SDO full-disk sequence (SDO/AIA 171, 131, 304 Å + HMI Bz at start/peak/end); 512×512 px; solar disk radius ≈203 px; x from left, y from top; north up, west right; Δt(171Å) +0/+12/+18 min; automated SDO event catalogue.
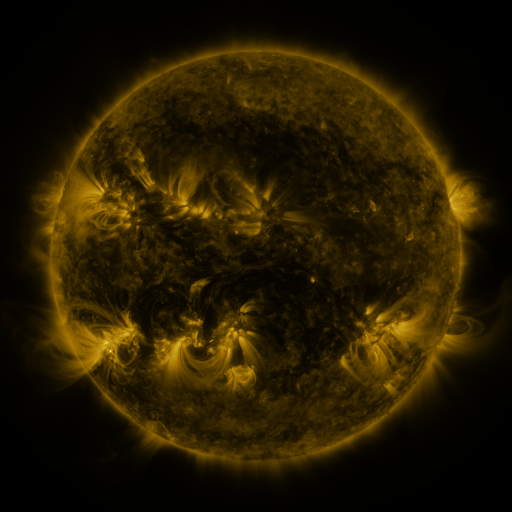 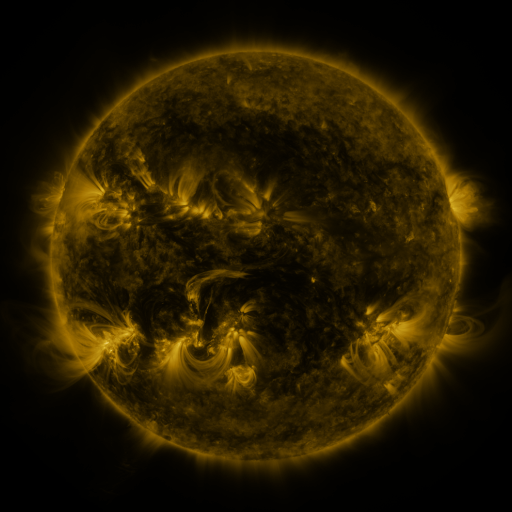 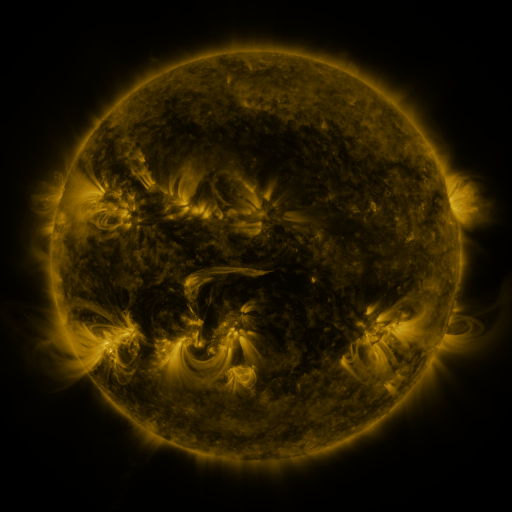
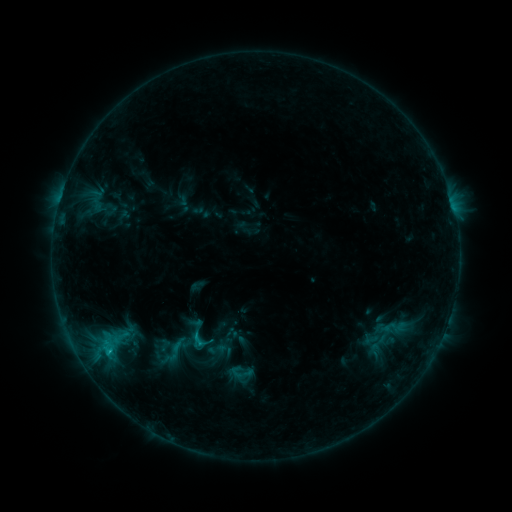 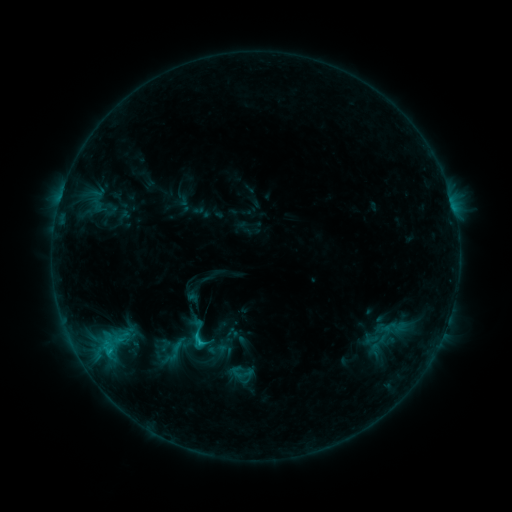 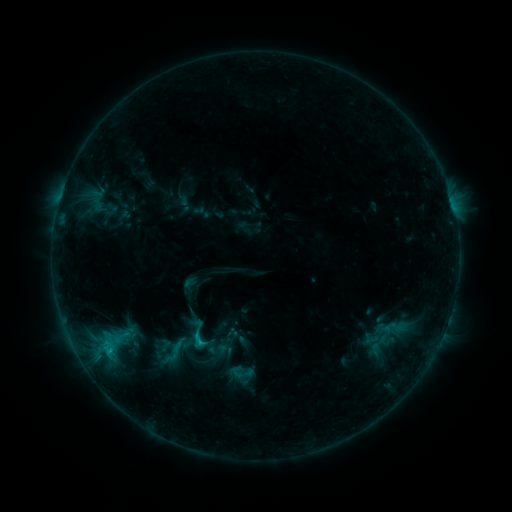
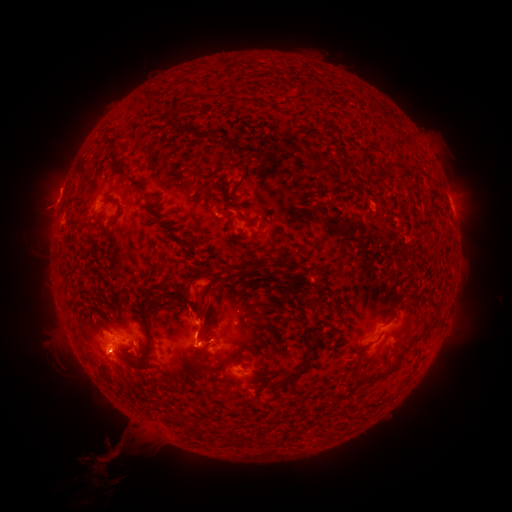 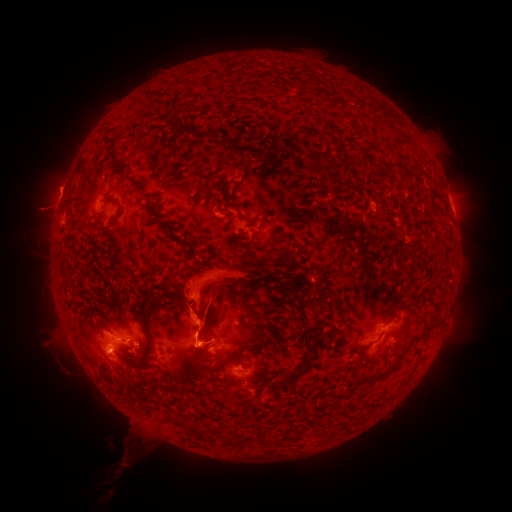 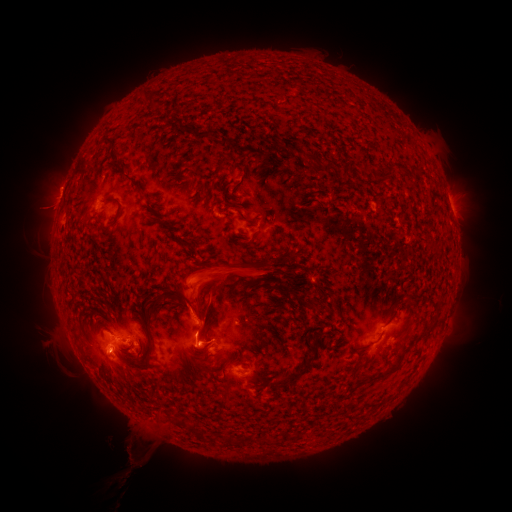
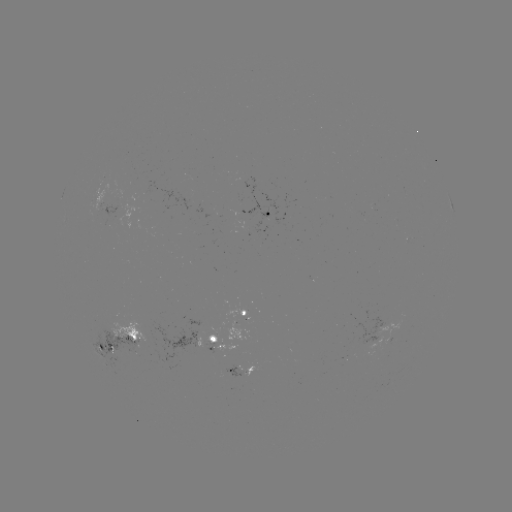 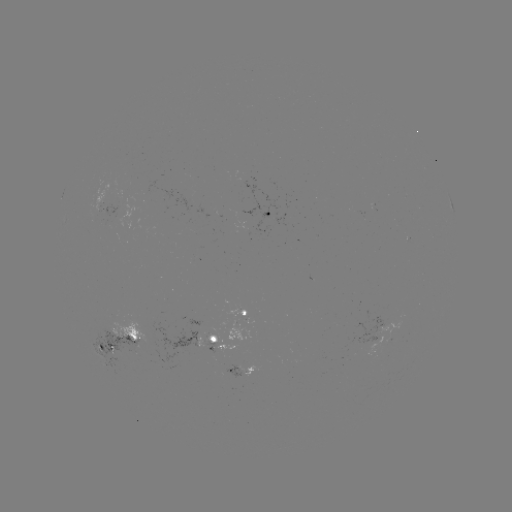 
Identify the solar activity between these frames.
eruption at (201, 236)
